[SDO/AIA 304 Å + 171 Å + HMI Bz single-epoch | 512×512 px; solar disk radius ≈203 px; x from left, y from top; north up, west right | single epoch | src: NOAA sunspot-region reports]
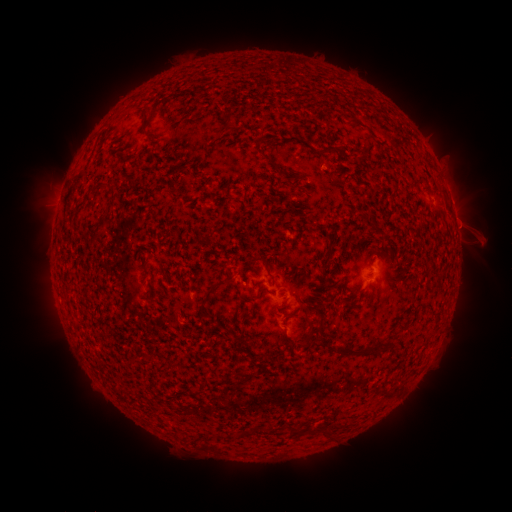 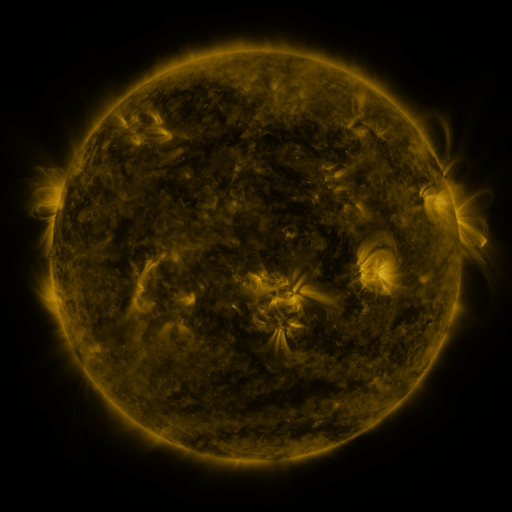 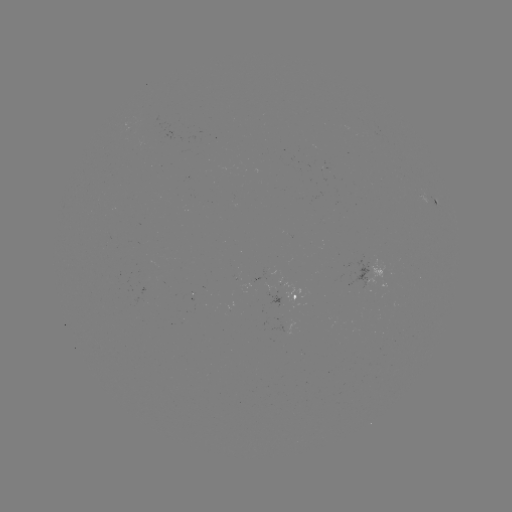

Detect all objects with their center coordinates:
spotted active region: (432, 199)
spotted active region: (456, 229)
spotted active region: (374, 270)
spotted active region: (323, 278)
